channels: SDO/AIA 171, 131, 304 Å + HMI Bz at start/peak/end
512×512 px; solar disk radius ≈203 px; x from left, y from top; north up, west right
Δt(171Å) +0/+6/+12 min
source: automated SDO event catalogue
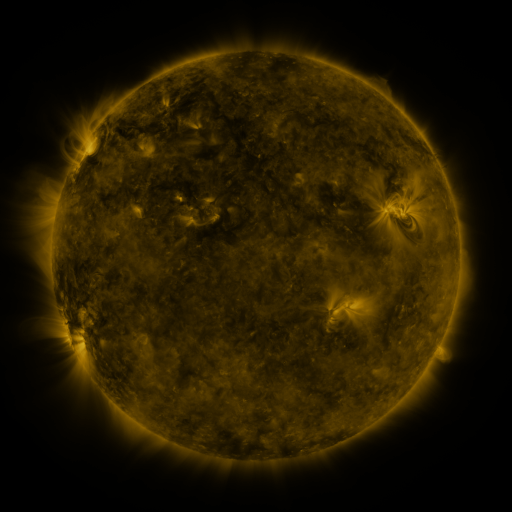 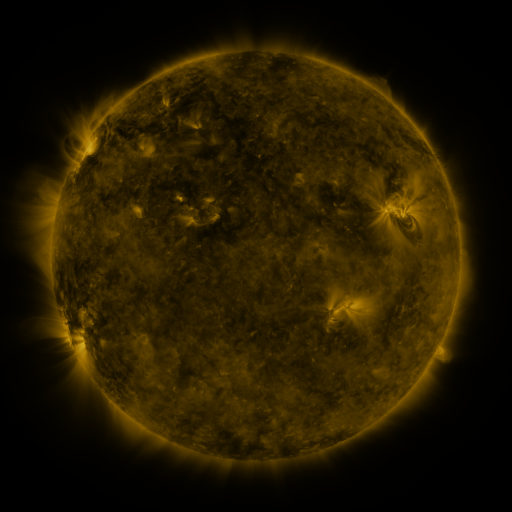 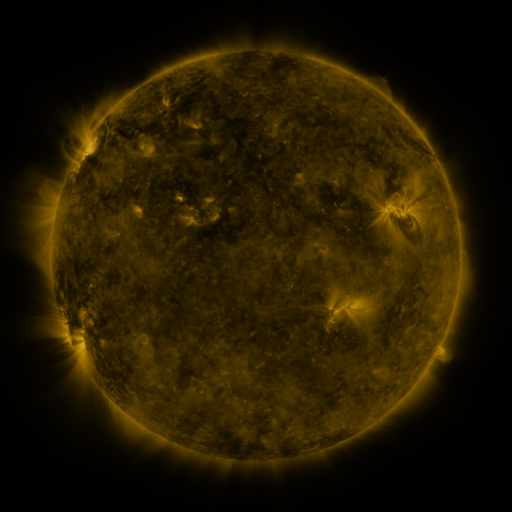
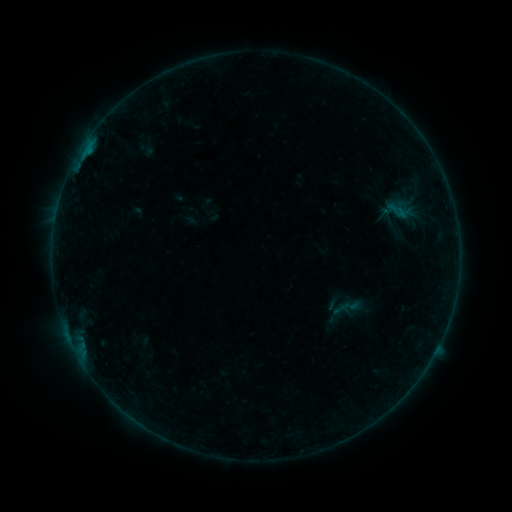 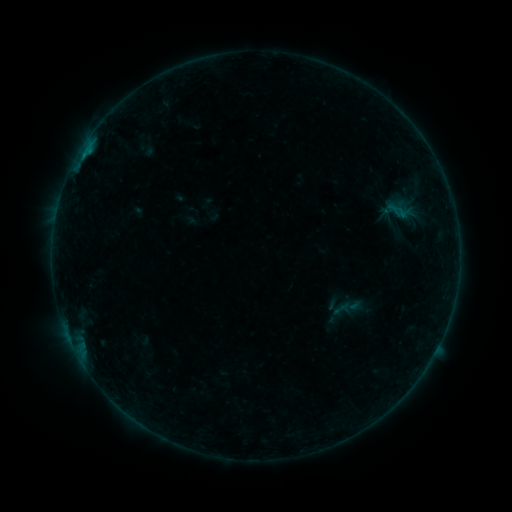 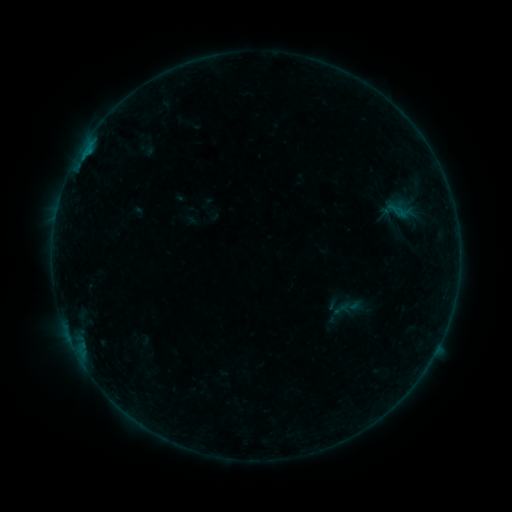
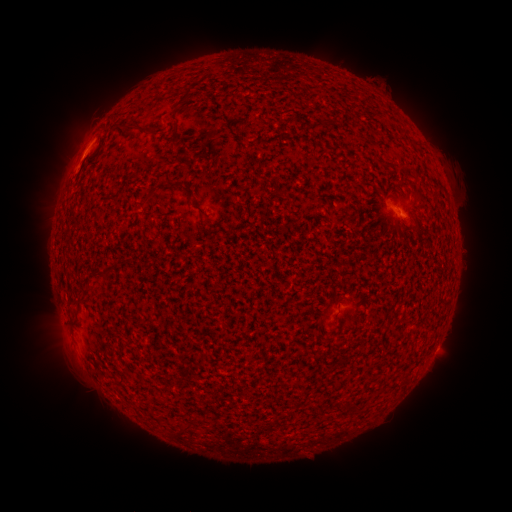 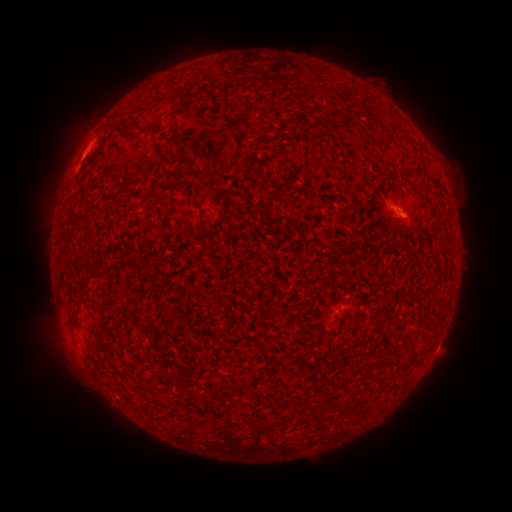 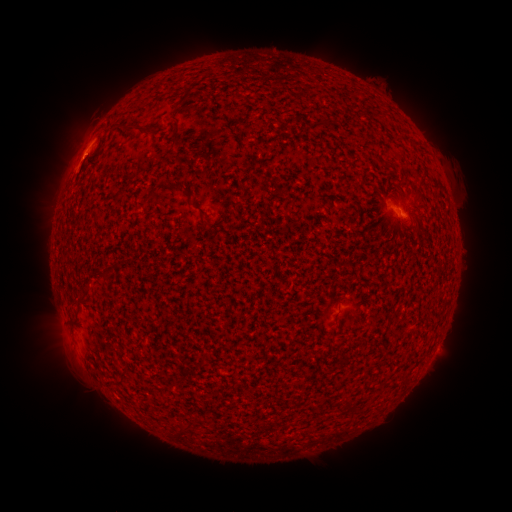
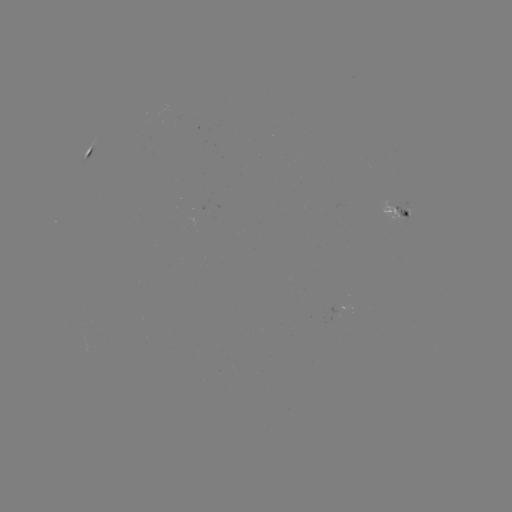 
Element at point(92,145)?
B1.7 flare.